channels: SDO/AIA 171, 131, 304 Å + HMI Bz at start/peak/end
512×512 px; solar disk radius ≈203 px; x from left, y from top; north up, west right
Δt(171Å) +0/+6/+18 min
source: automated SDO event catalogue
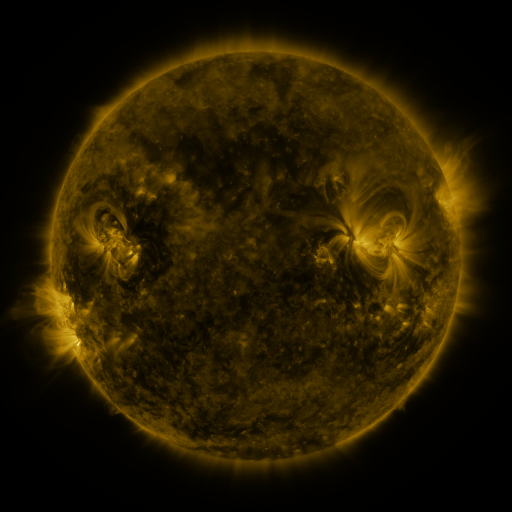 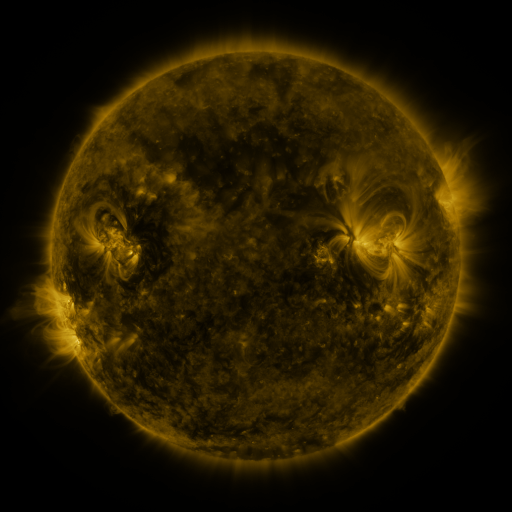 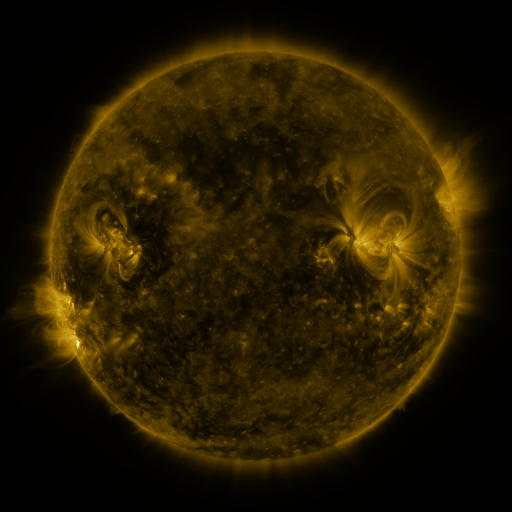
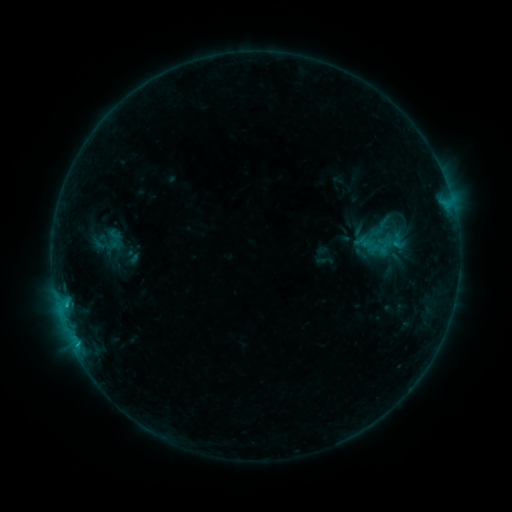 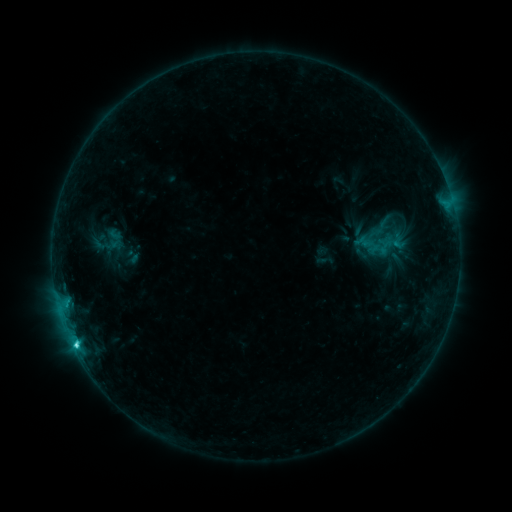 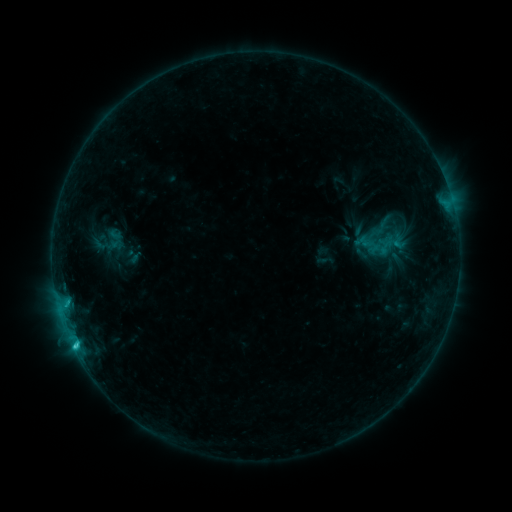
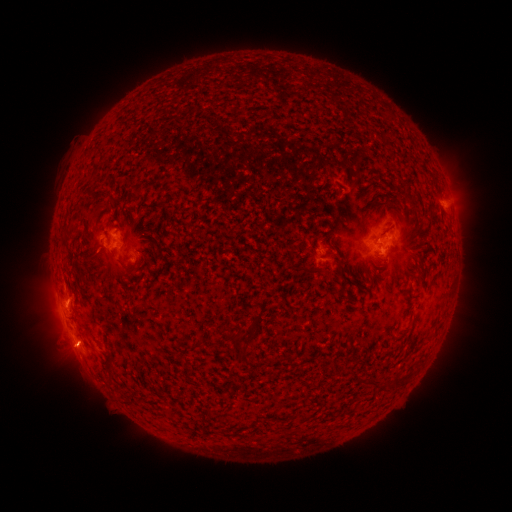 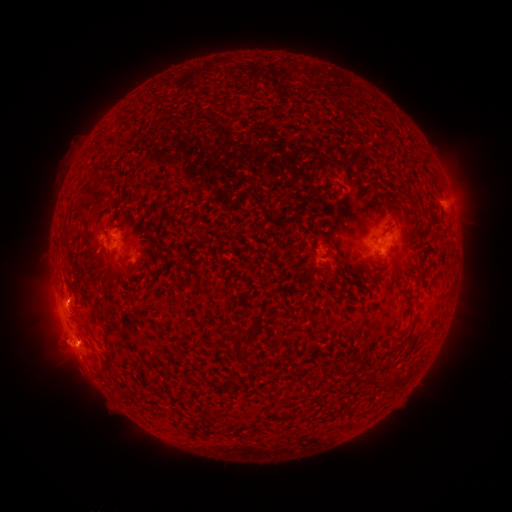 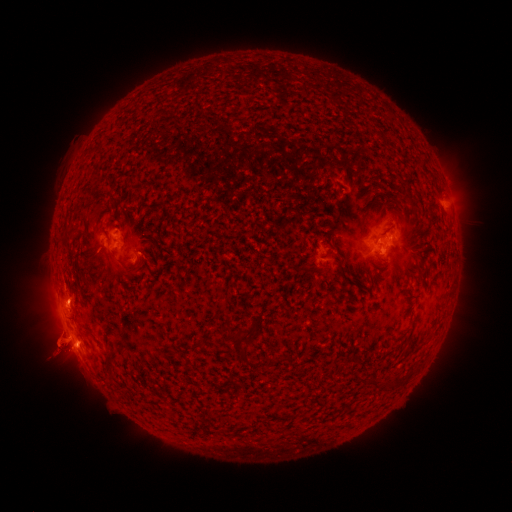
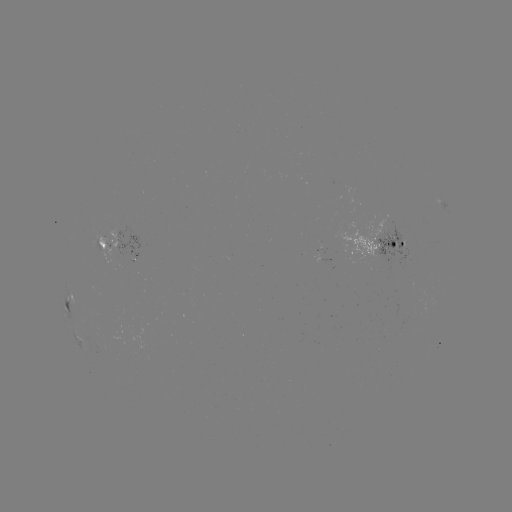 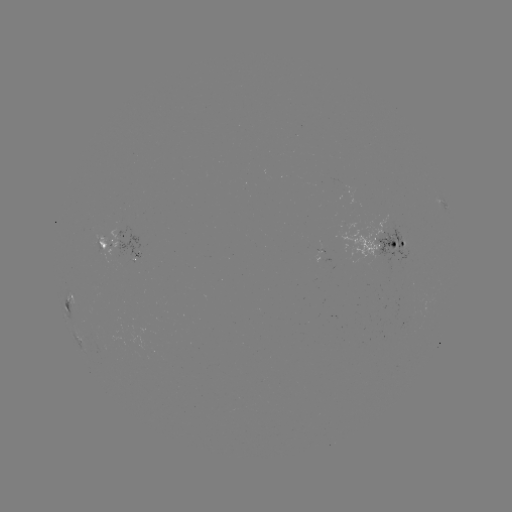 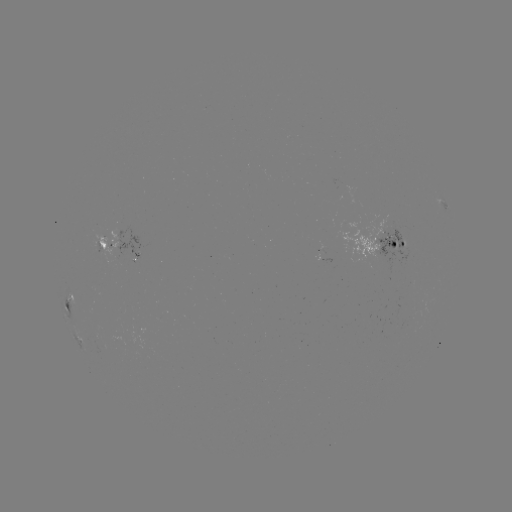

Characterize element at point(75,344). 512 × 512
C2.4 flare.